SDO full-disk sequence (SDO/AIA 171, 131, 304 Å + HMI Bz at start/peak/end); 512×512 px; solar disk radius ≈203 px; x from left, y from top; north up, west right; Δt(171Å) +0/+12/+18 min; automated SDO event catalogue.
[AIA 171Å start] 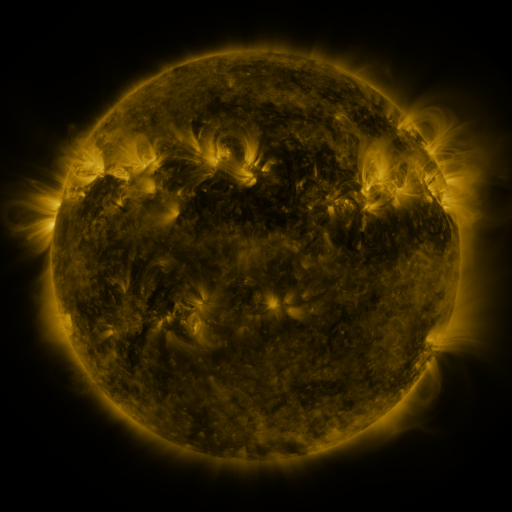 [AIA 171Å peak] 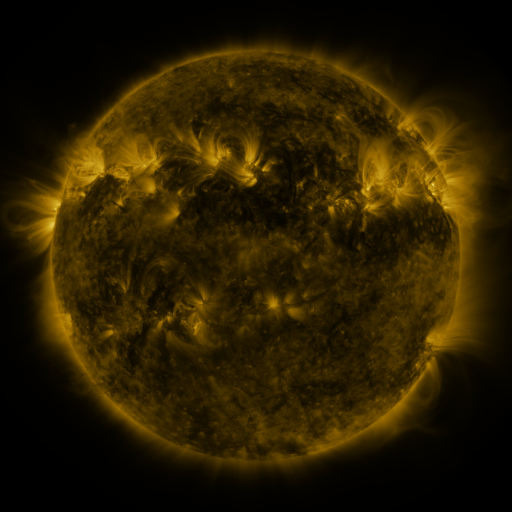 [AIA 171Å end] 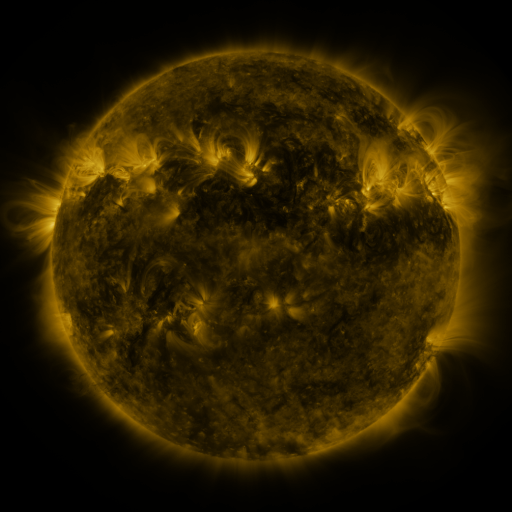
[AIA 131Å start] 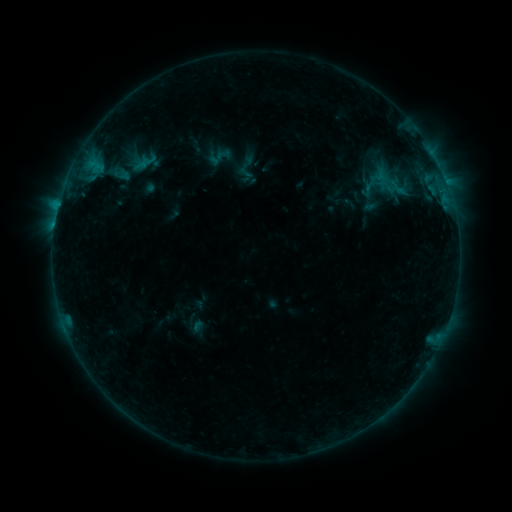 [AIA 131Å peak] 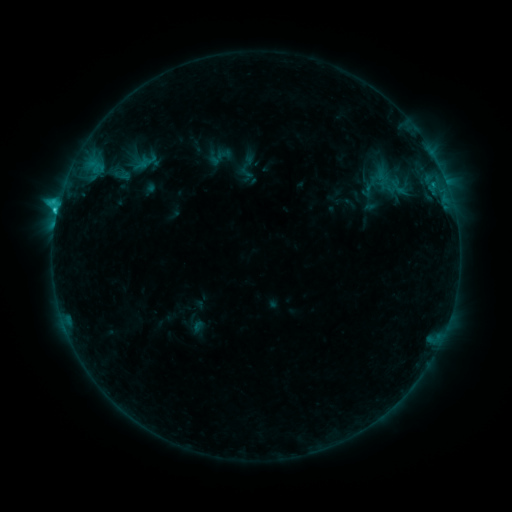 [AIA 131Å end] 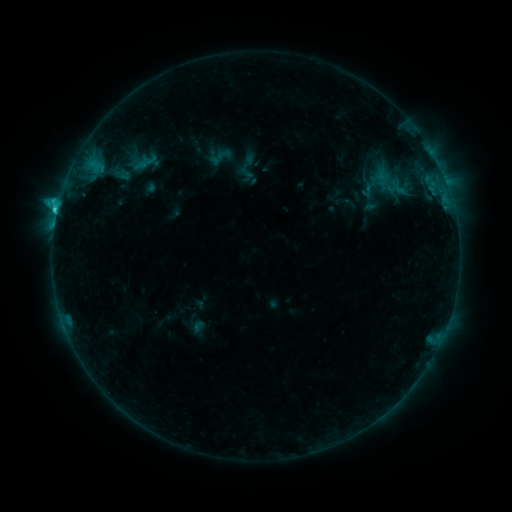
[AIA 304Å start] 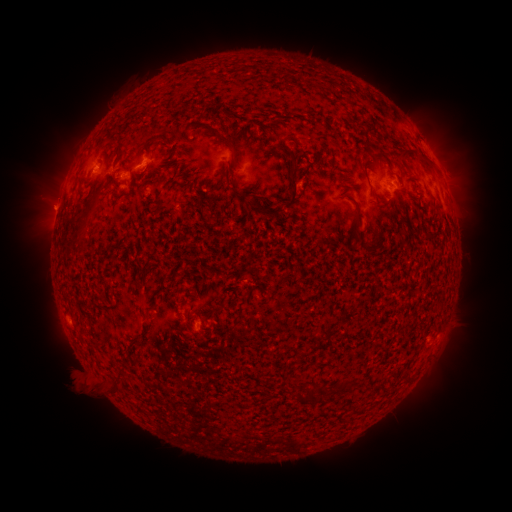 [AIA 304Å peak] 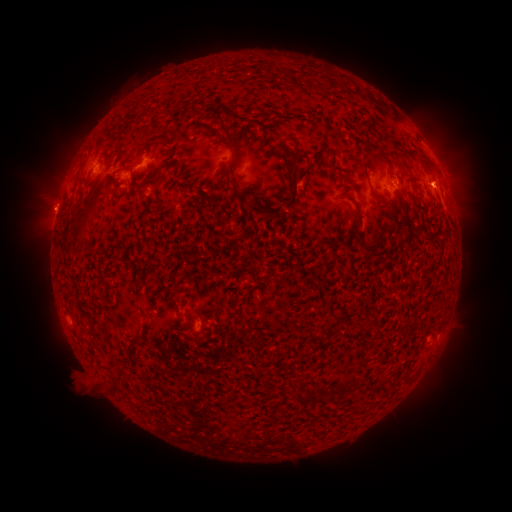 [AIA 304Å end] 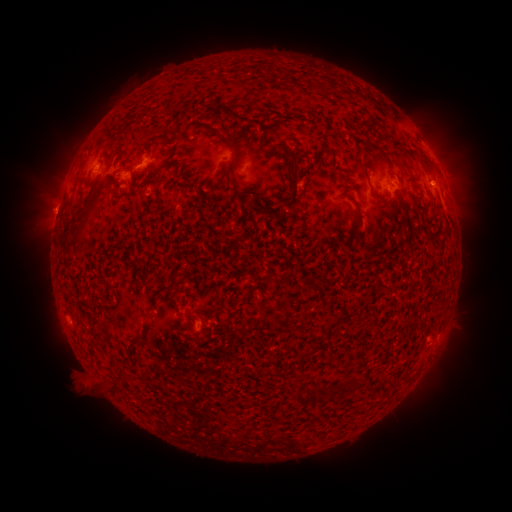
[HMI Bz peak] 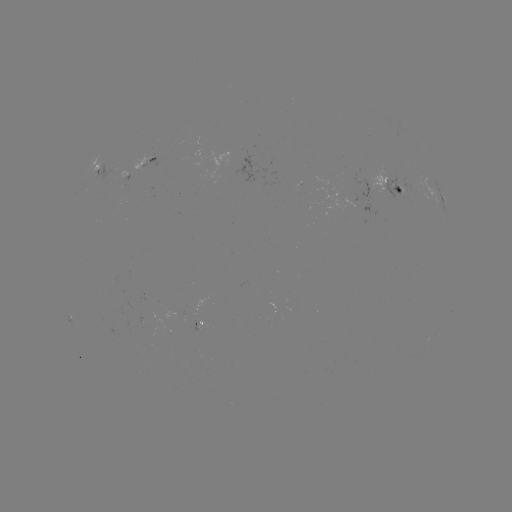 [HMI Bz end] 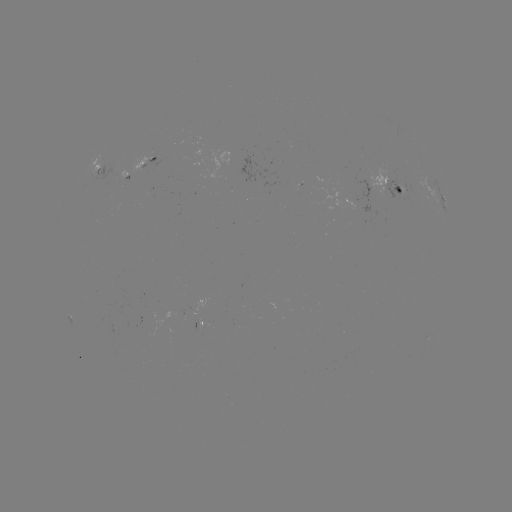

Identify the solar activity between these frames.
C1.8 flare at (57, 213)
